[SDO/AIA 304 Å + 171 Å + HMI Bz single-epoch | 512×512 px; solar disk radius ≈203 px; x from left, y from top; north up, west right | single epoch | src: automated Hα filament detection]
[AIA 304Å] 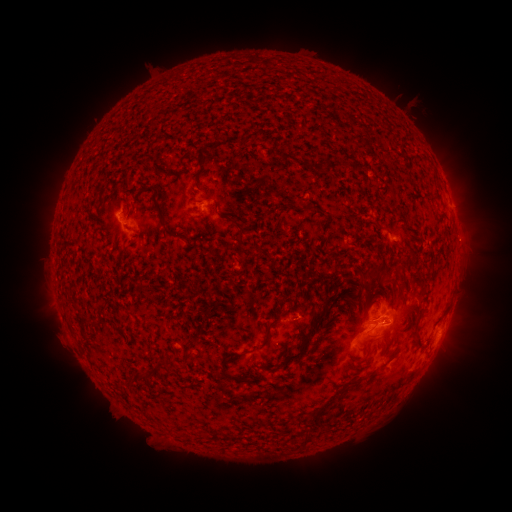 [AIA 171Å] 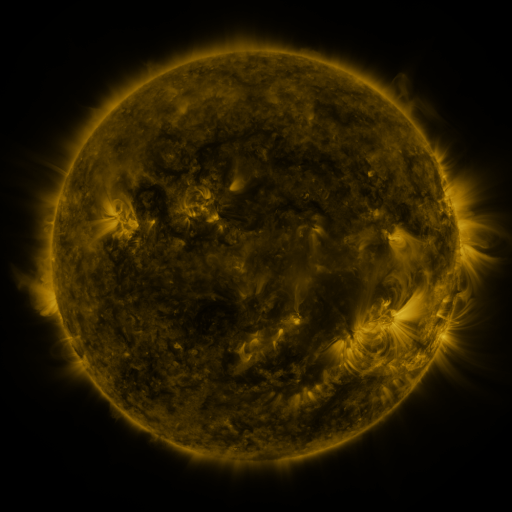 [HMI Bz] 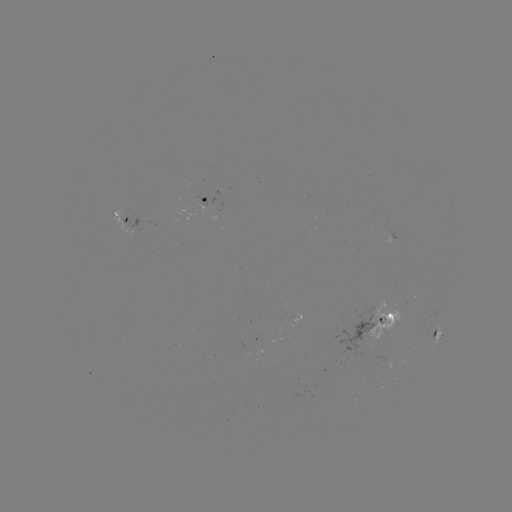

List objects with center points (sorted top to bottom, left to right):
filament: (195, 151, 203, 167)
filament: (279, 152, 309, 170)
filament: (153, 203, 173, 238)
filament: (300, 204, 311, 210)
filament: (228, 218, 245, 240)
filament: (362, 262, 386, 277)
filament: (324, 293, 336, 302)
filament: (305, 310, 328, 335)
filament: (412, 312, 427, 345)
filament: (253, 315, 281, 350)
filament: (367, 336, 375, 349)
filament: (285, 342, 309, 361)
filament: (218, 354, 252, 385)
filament: (261, 362, 276, 371)
filament: (348, 372, 371, 384)
